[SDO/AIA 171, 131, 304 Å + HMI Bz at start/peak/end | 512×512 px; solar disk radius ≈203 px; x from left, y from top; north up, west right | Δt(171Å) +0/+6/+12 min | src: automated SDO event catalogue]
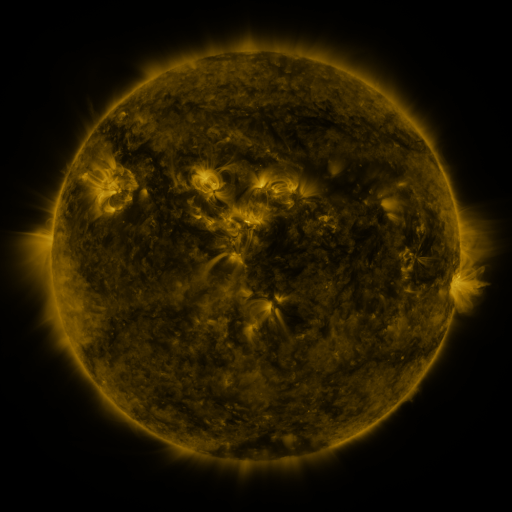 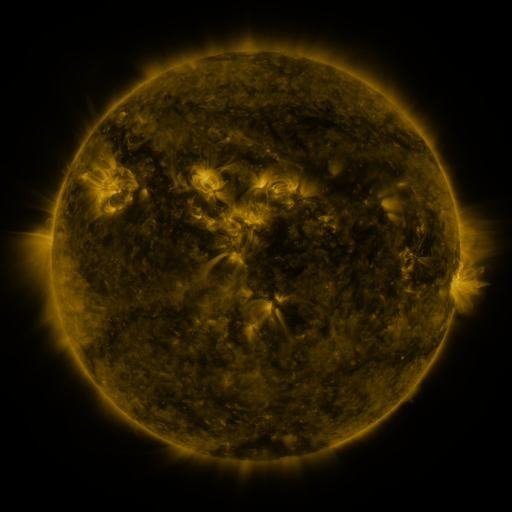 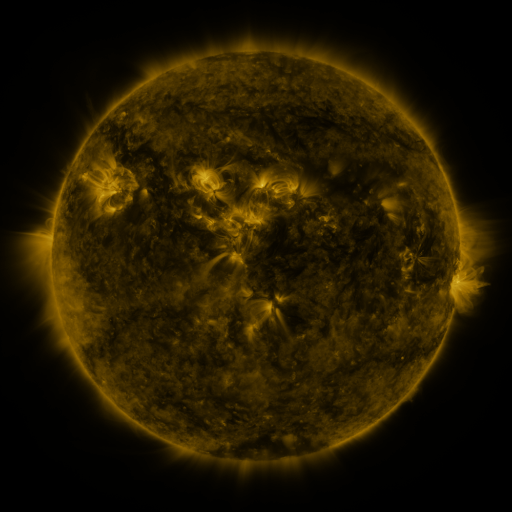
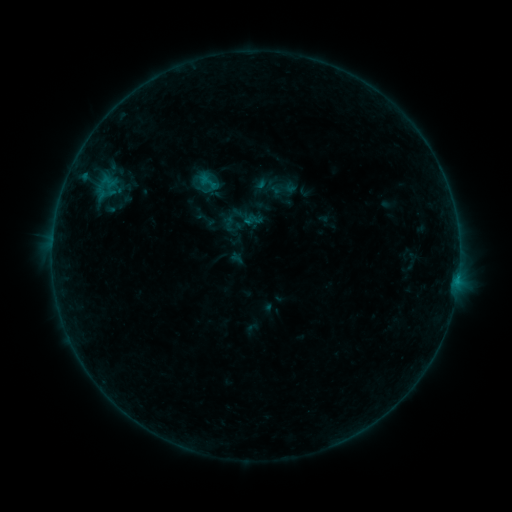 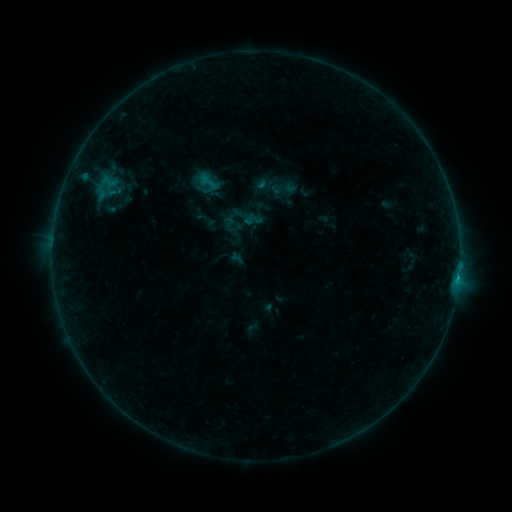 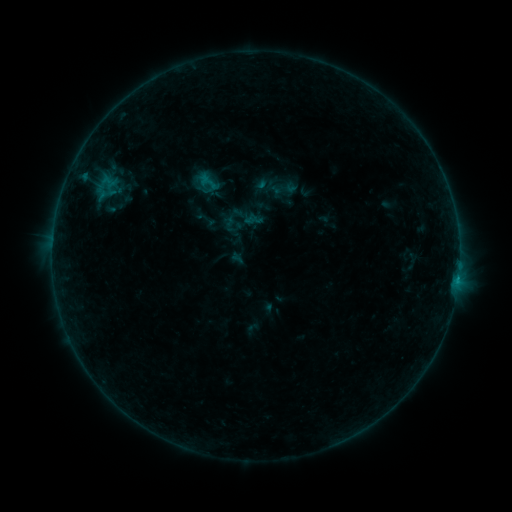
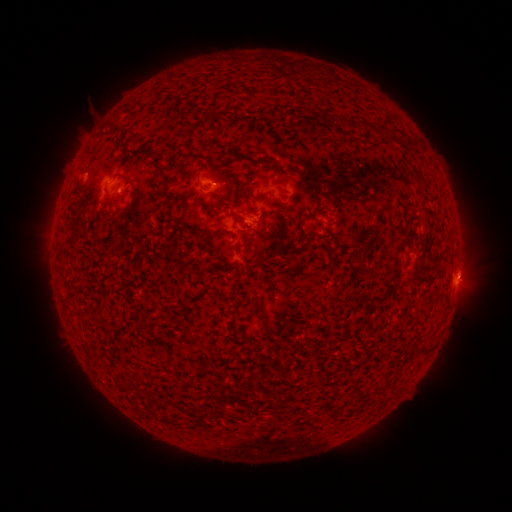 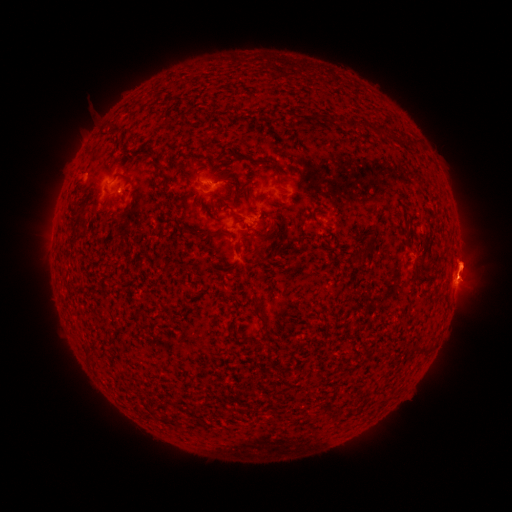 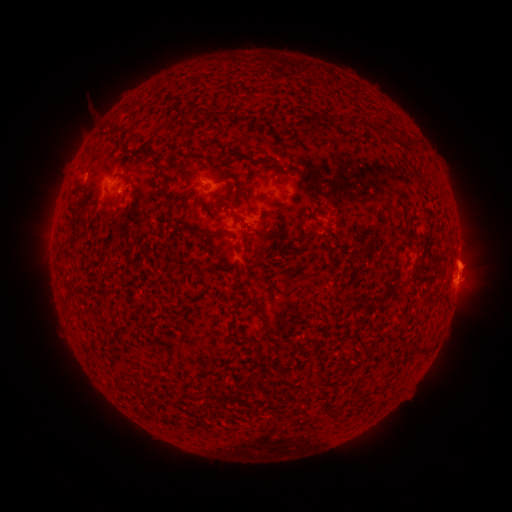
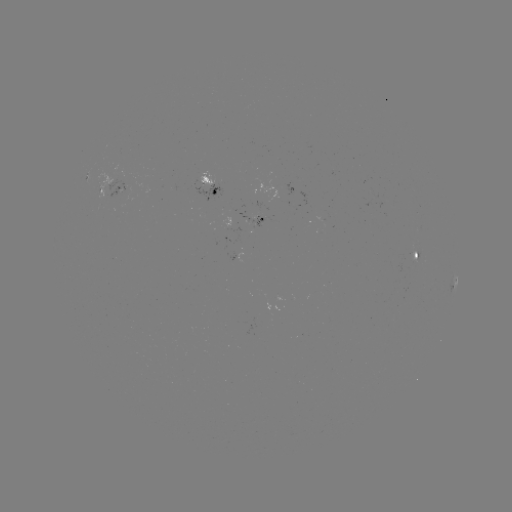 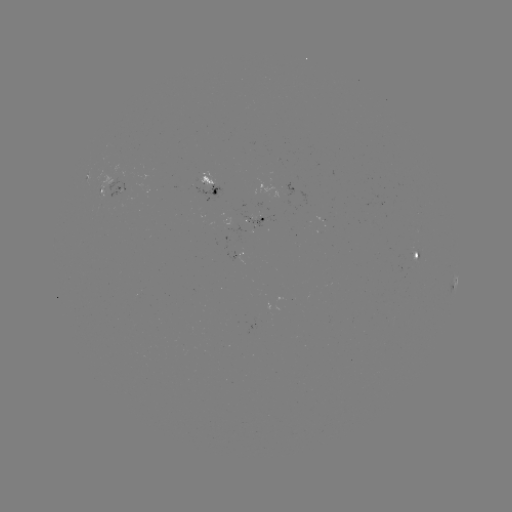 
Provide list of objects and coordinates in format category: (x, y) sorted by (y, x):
eruption: (463, 269)
